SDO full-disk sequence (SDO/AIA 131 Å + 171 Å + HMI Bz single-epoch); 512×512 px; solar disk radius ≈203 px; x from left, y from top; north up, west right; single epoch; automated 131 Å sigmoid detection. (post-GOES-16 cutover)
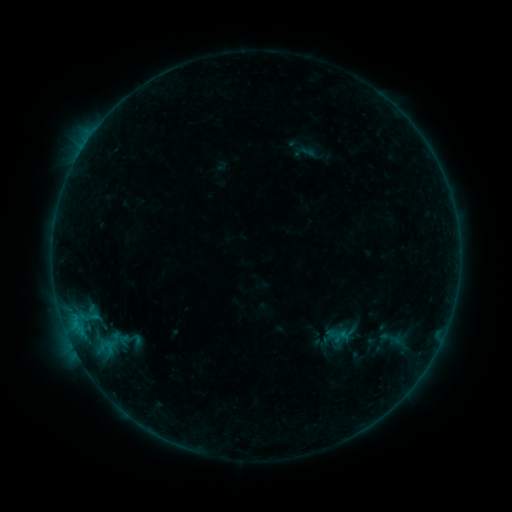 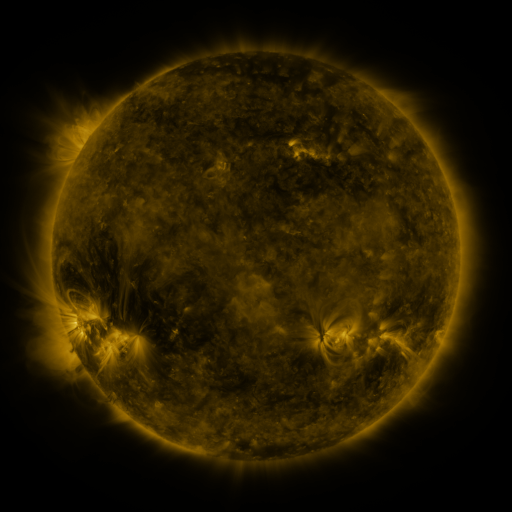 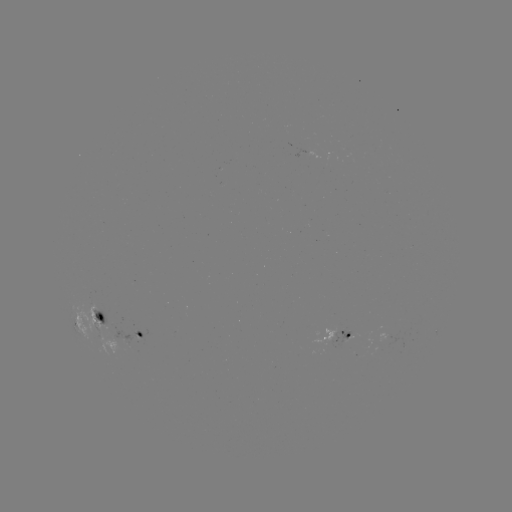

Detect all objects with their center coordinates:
sigmoid: [379, 326, 402, 350]
